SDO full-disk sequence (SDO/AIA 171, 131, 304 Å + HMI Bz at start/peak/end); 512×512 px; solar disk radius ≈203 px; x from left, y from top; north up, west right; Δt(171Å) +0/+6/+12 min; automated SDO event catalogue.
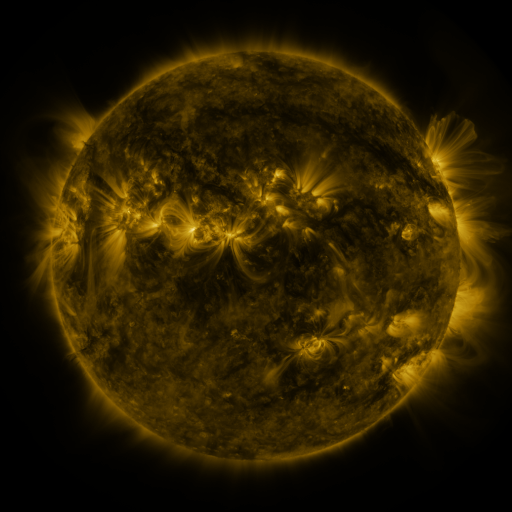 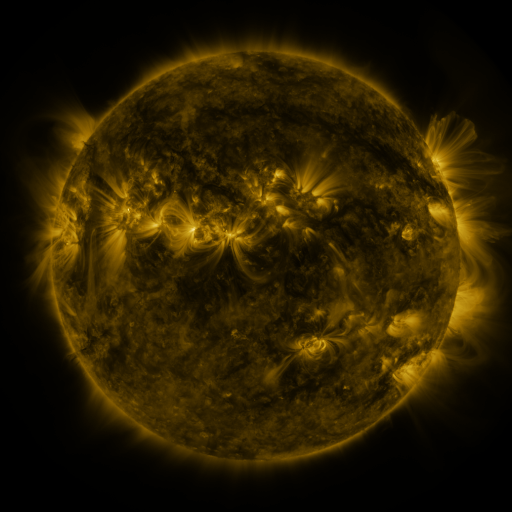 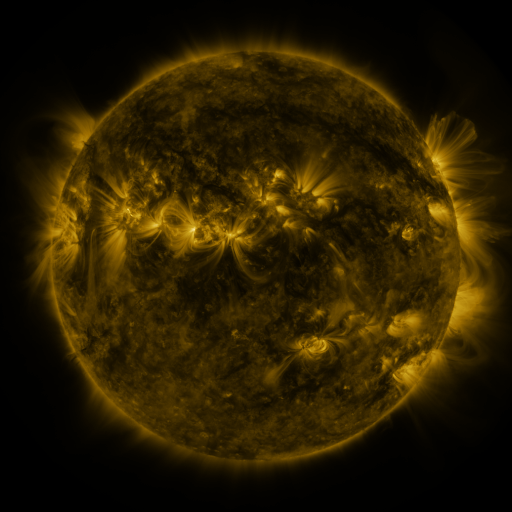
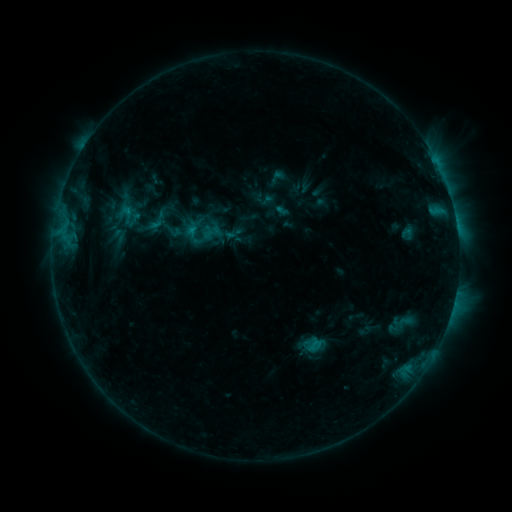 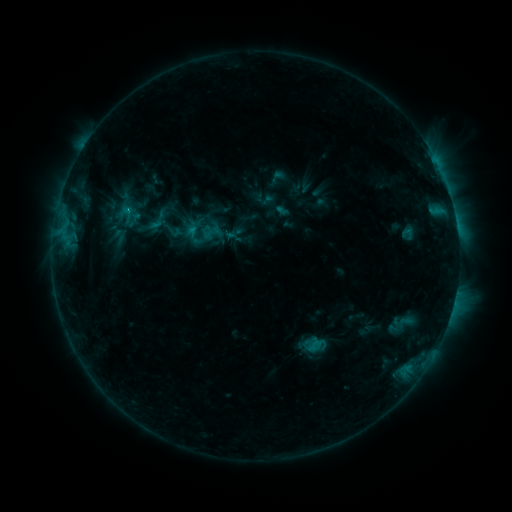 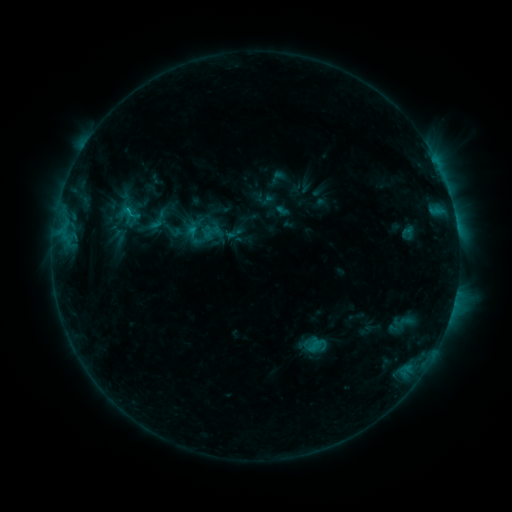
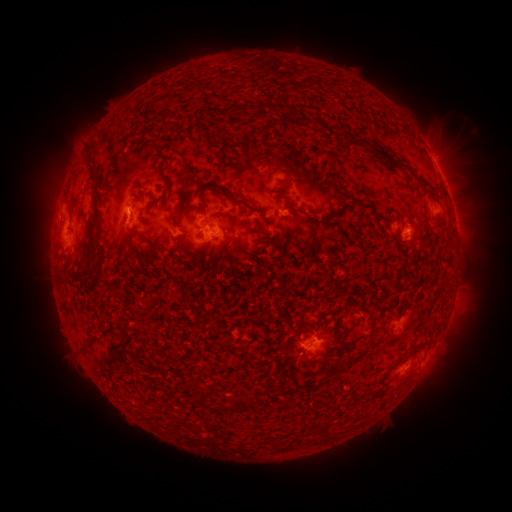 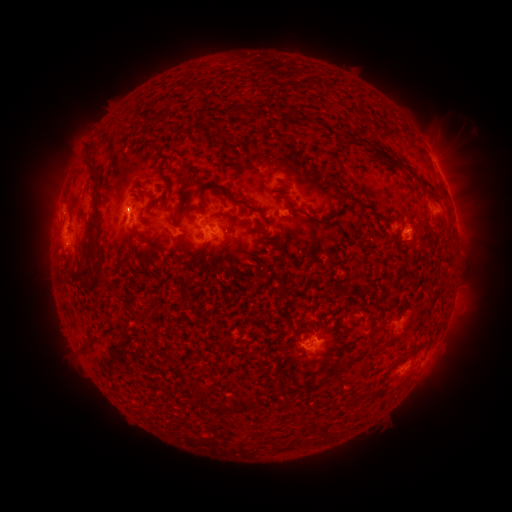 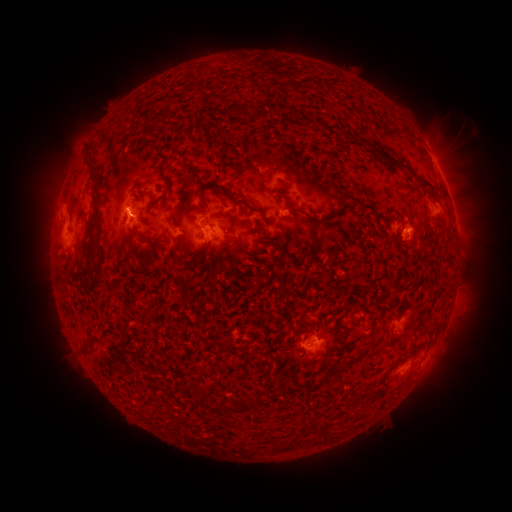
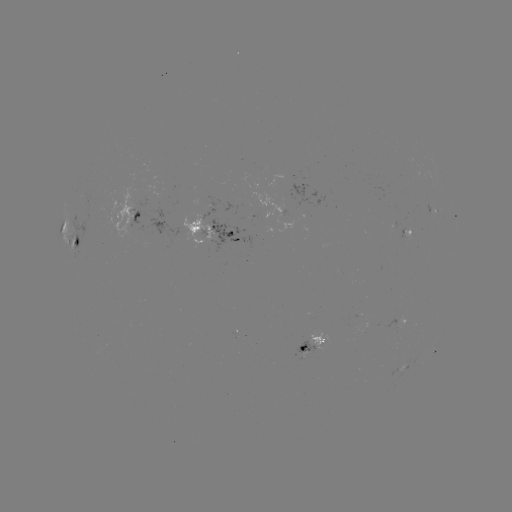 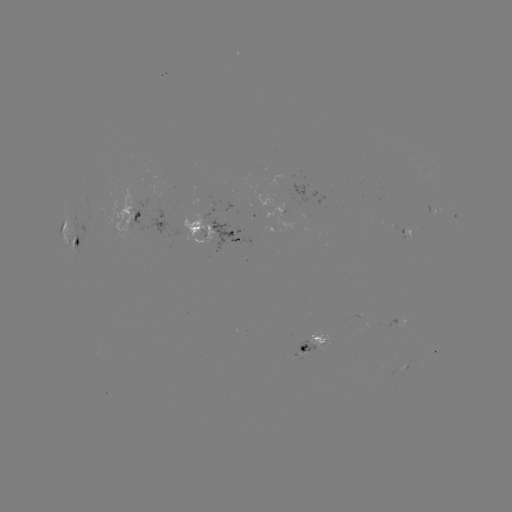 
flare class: C2.1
